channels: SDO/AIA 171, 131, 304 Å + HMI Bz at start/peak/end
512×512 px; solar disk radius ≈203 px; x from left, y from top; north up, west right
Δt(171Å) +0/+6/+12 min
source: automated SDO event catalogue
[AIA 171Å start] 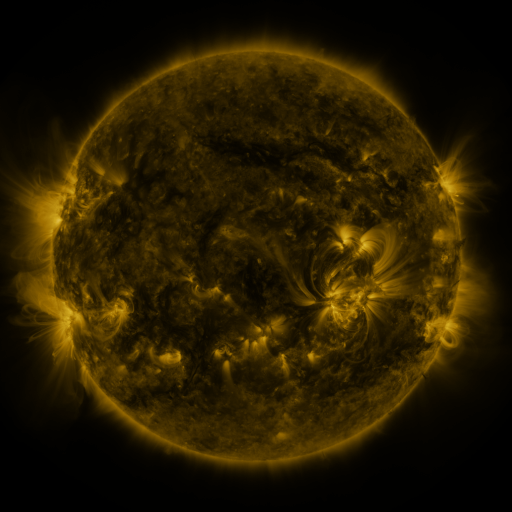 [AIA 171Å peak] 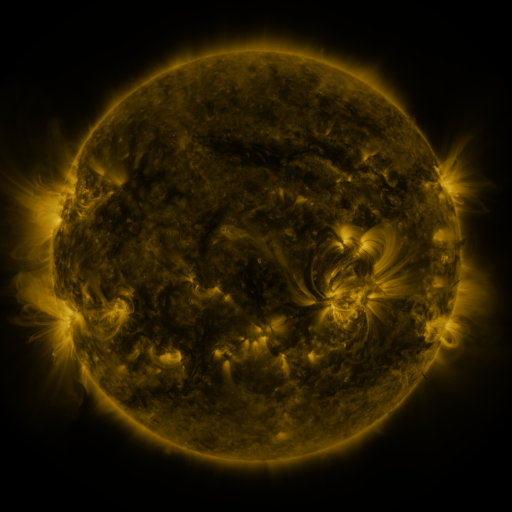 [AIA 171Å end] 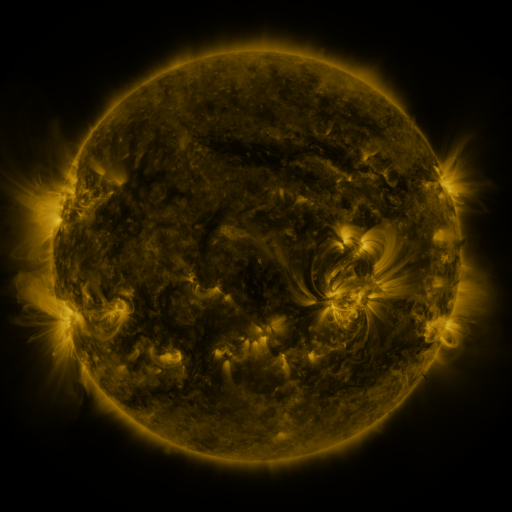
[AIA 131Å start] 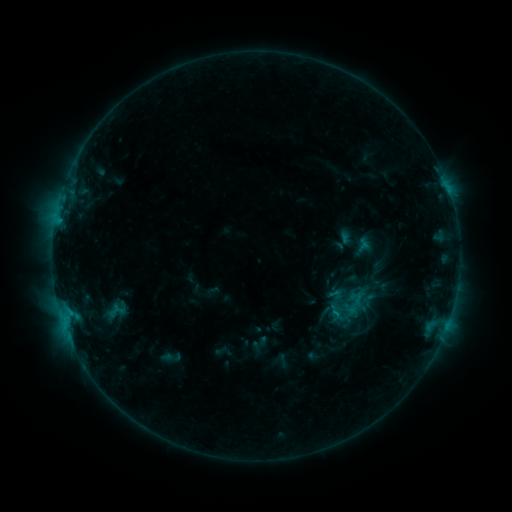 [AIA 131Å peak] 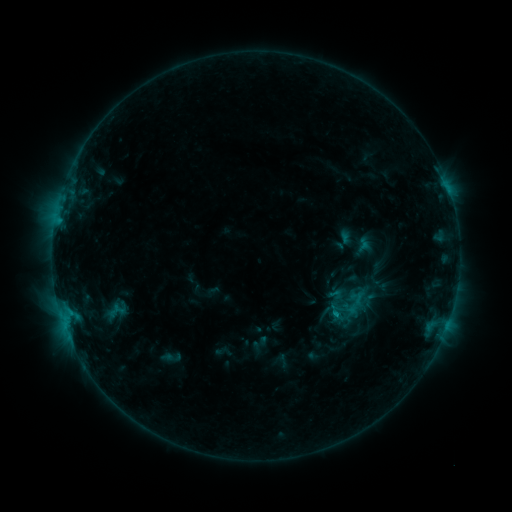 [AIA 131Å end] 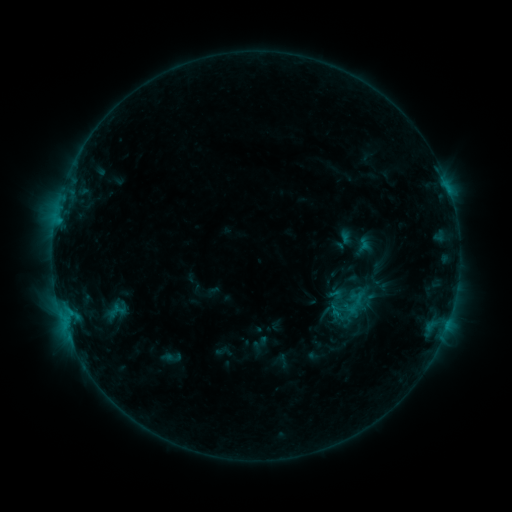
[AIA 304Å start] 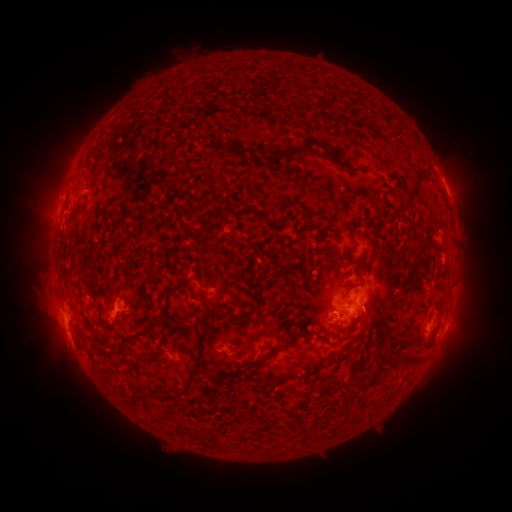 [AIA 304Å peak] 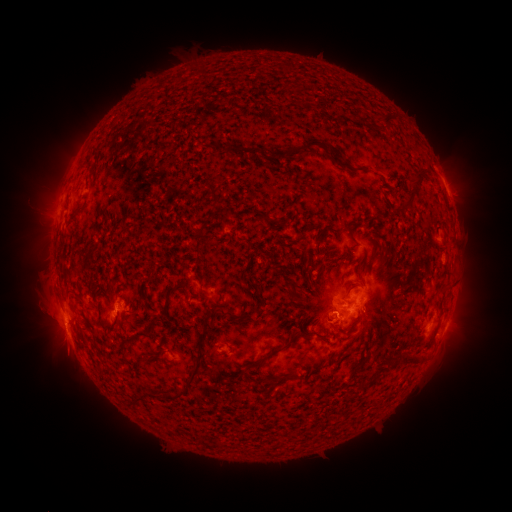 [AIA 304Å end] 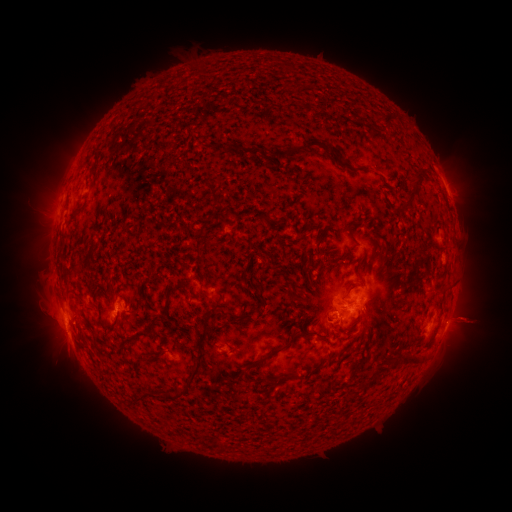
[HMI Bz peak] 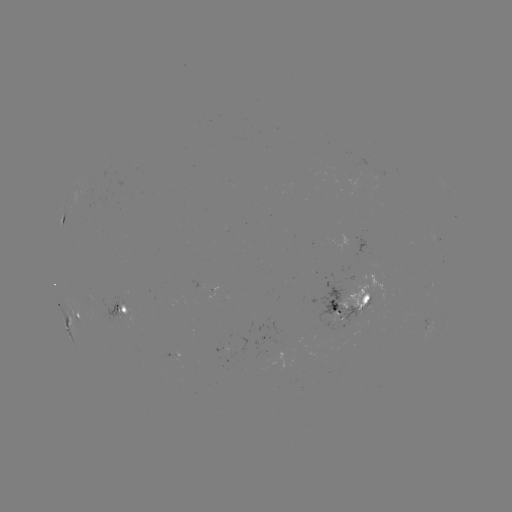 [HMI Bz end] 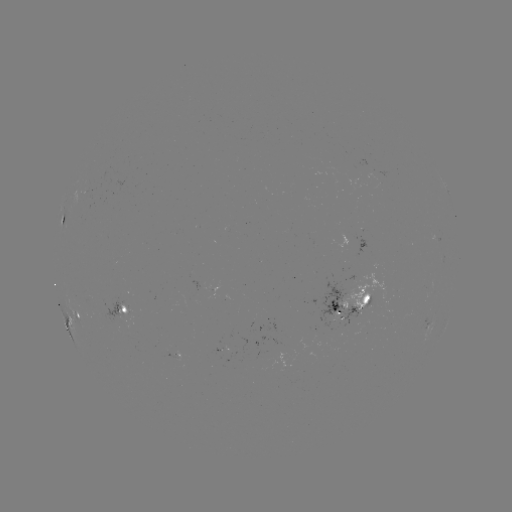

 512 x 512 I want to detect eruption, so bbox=[431, 291, 495, 349].